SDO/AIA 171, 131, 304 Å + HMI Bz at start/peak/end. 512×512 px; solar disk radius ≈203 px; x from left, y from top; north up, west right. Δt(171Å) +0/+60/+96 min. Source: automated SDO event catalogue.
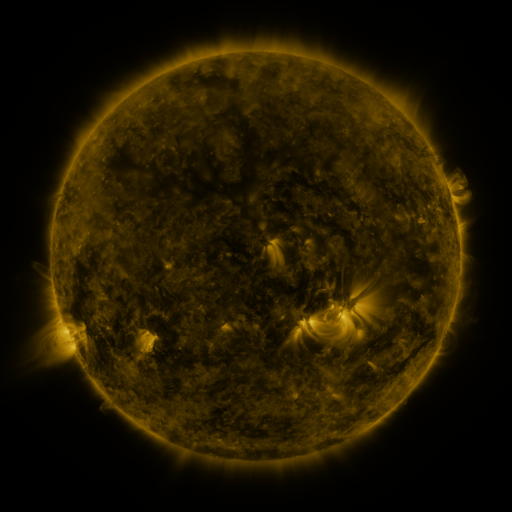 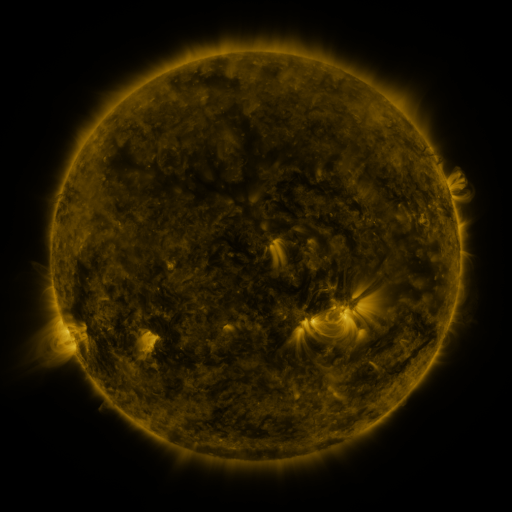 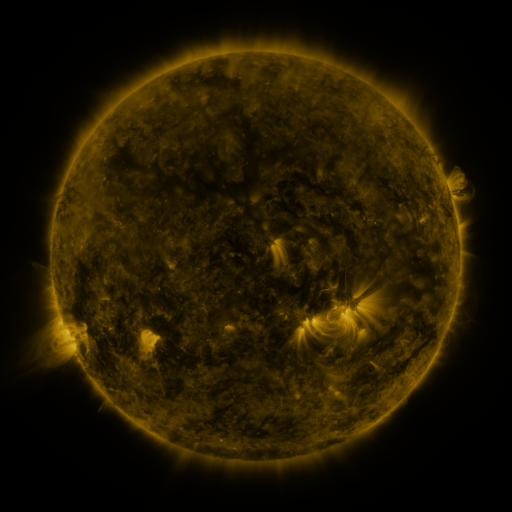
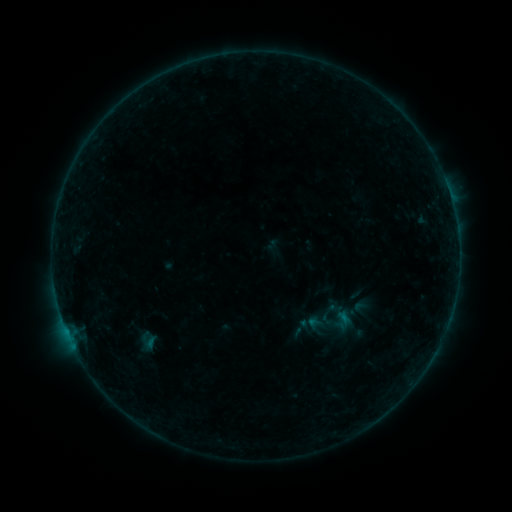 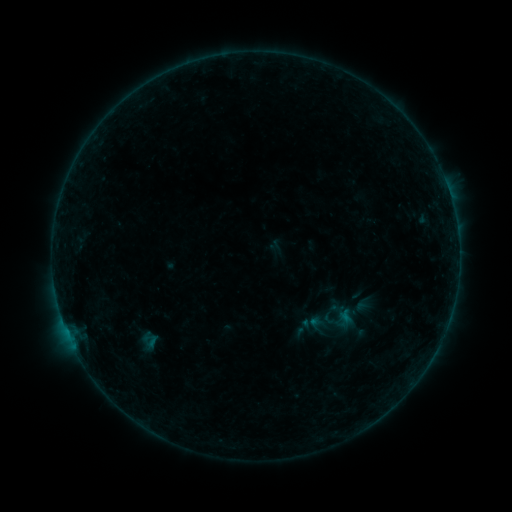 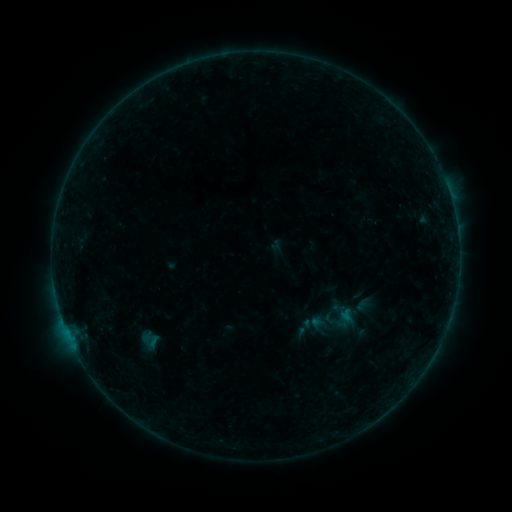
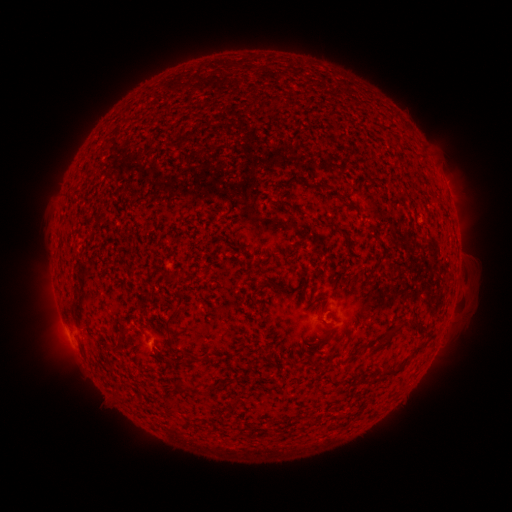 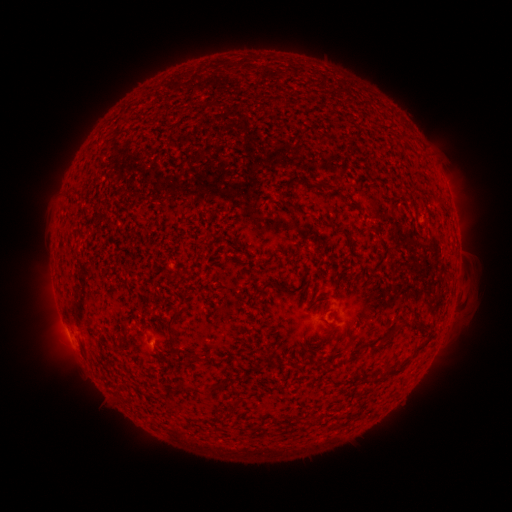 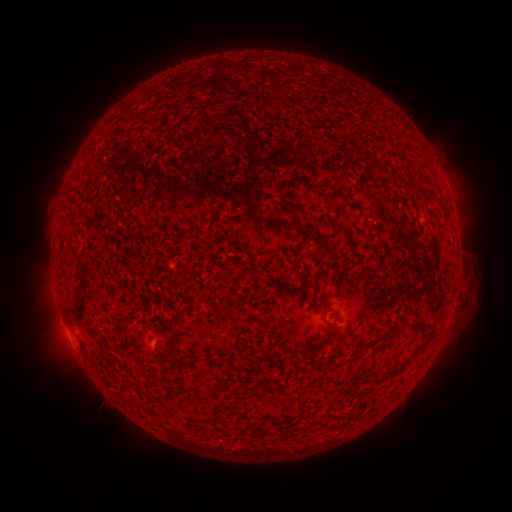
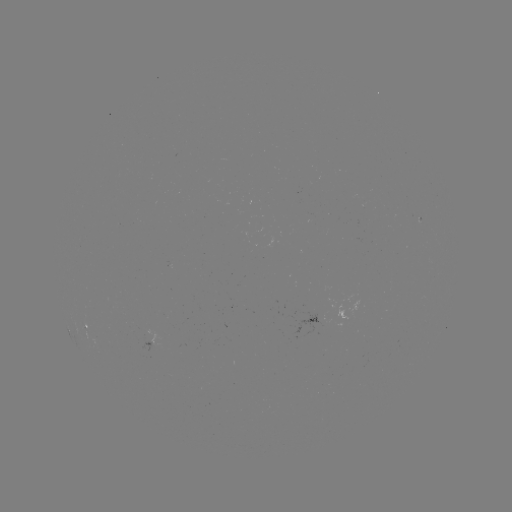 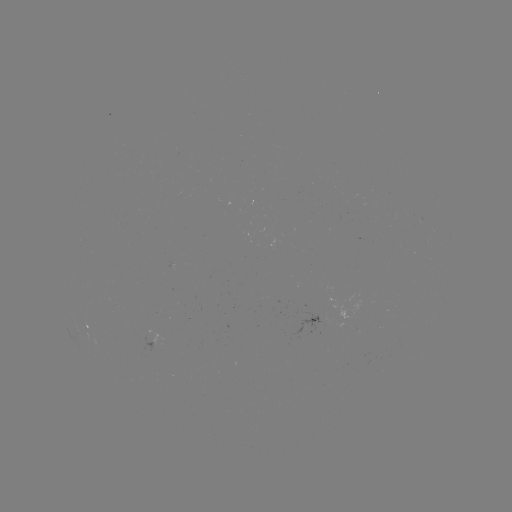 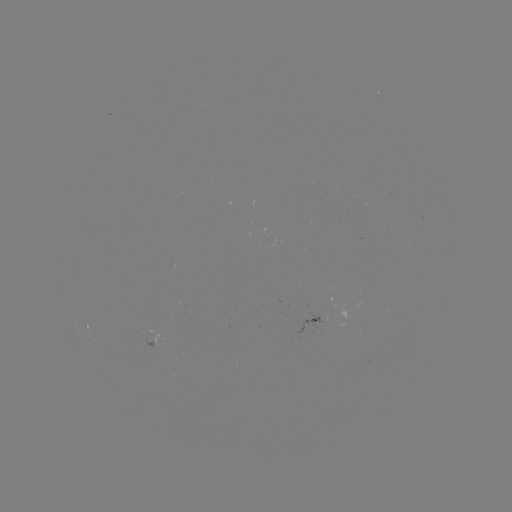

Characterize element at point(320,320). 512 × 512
emerging-flux region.